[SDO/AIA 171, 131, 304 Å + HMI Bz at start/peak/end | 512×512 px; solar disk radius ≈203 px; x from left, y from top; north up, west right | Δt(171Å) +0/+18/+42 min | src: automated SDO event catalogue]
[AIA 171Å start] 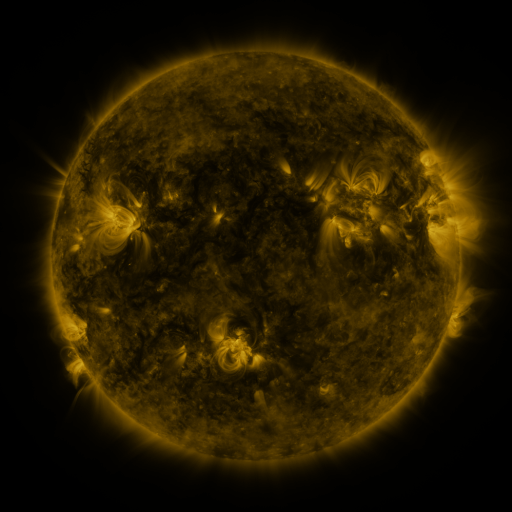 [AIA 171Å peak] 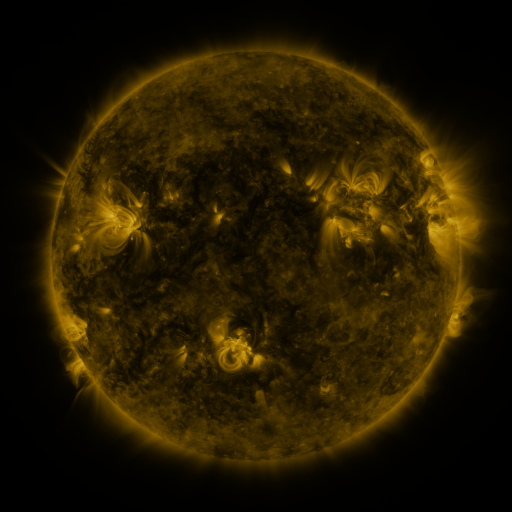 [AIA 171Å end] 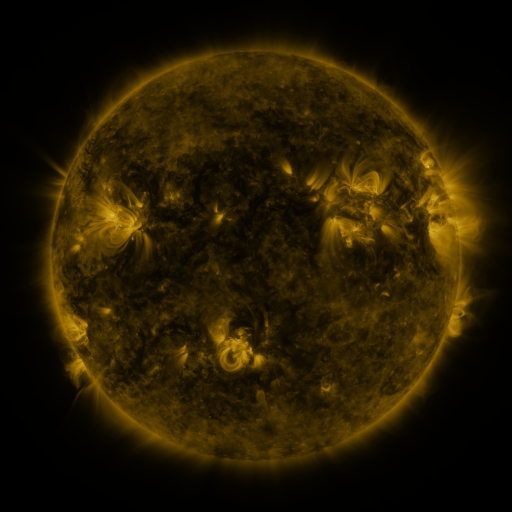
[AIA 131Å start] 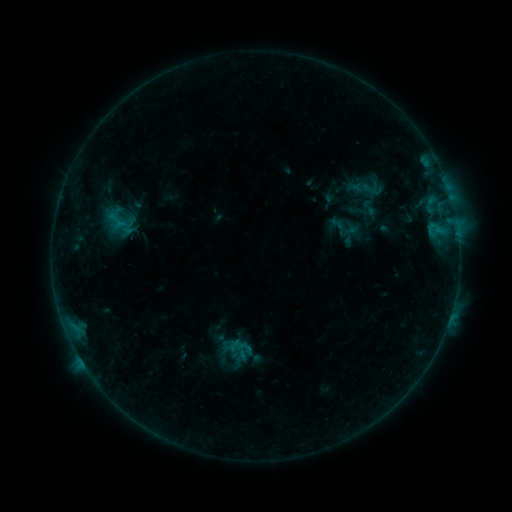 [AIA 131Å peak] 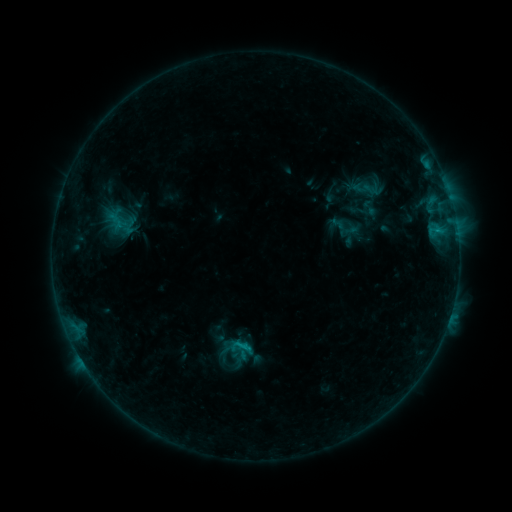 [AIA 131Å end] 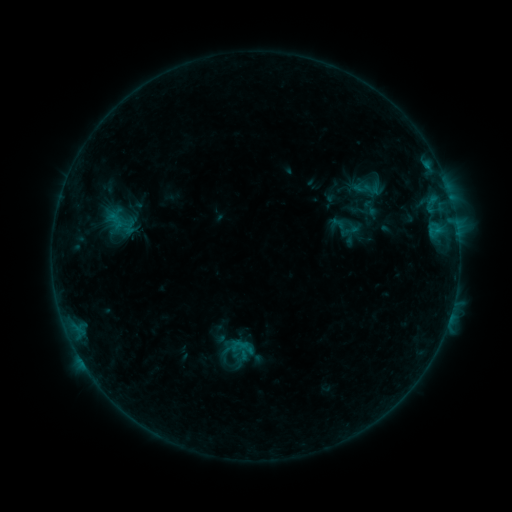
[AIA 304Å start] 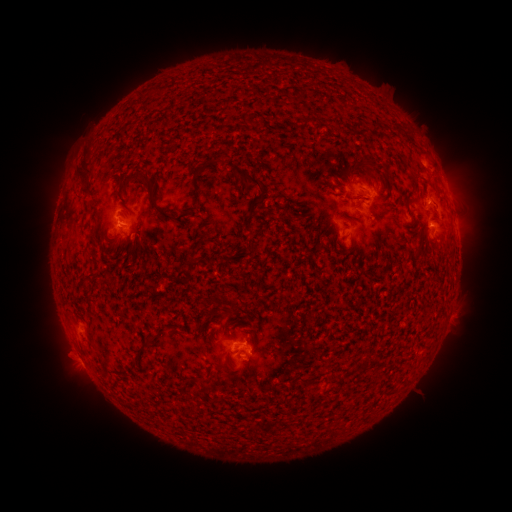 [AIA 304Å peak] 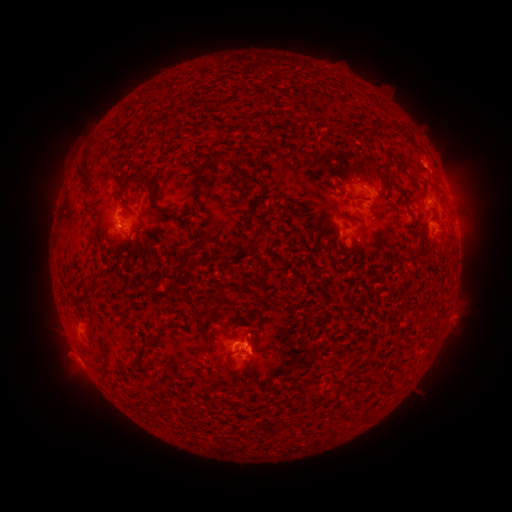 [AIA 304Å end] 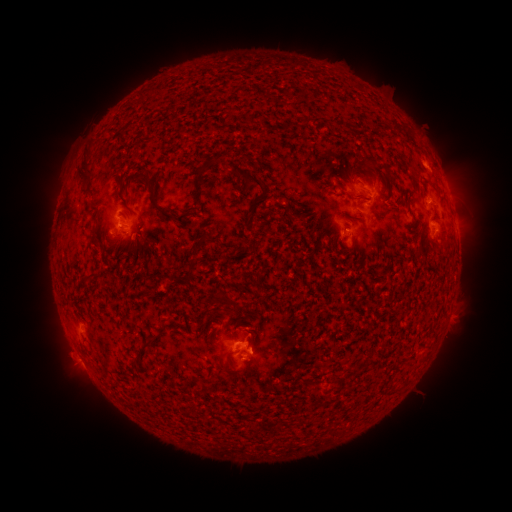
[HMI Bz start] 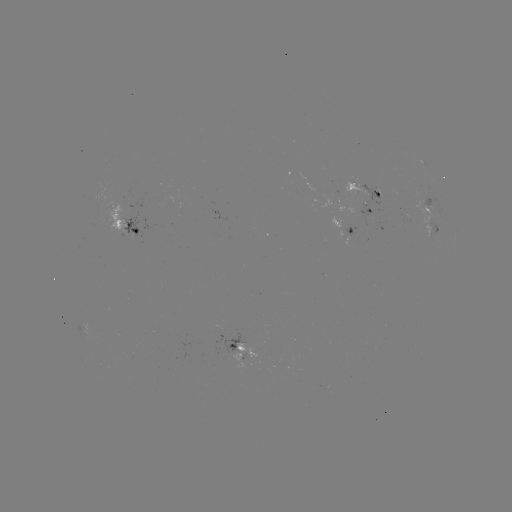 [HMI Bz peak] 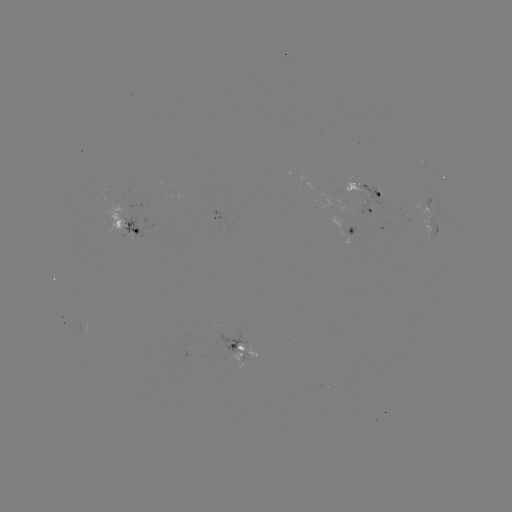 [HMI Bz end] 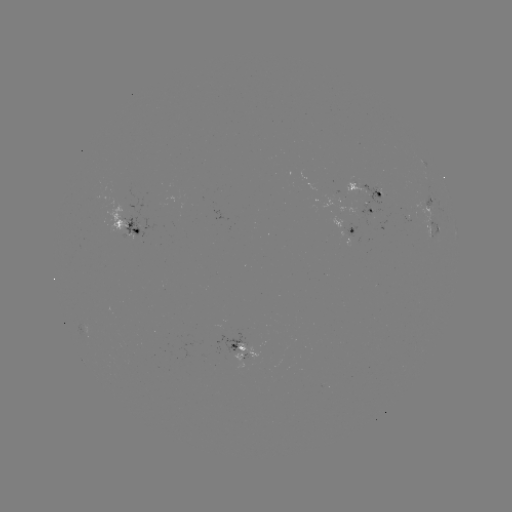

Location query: B8.3 flare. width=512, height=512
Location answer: (245, 346).